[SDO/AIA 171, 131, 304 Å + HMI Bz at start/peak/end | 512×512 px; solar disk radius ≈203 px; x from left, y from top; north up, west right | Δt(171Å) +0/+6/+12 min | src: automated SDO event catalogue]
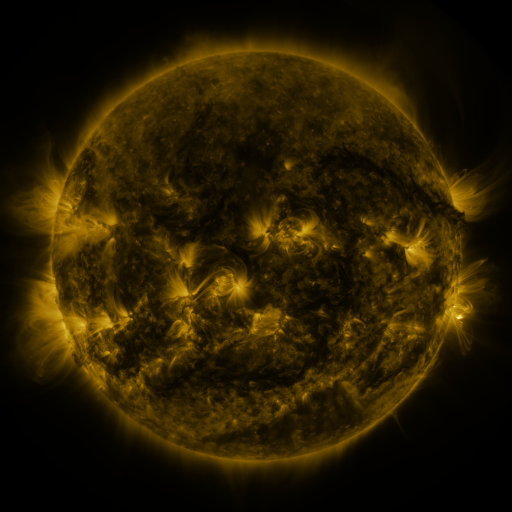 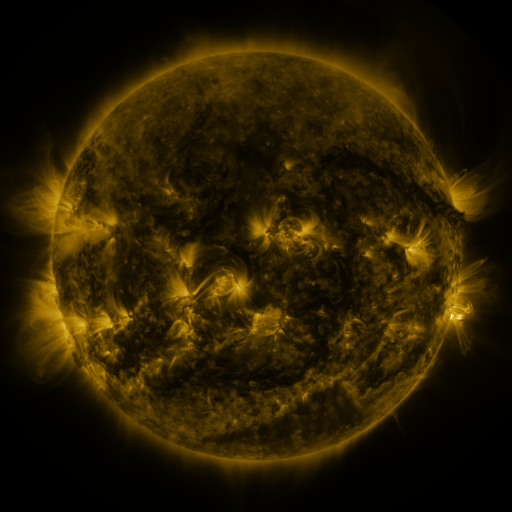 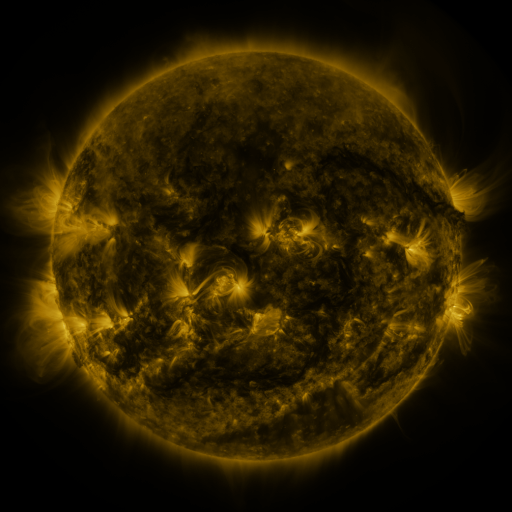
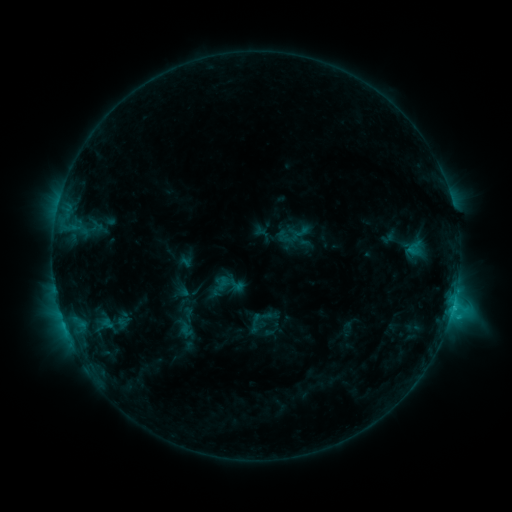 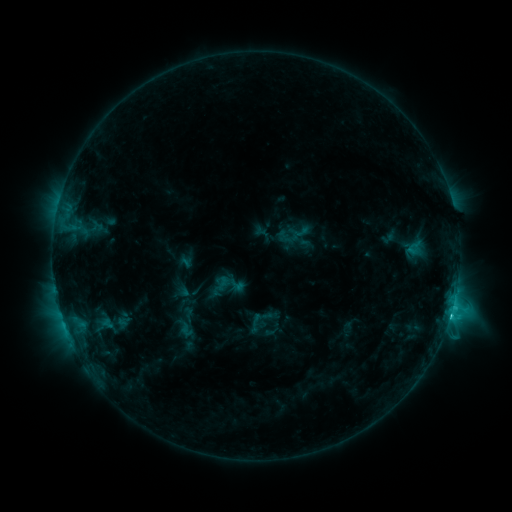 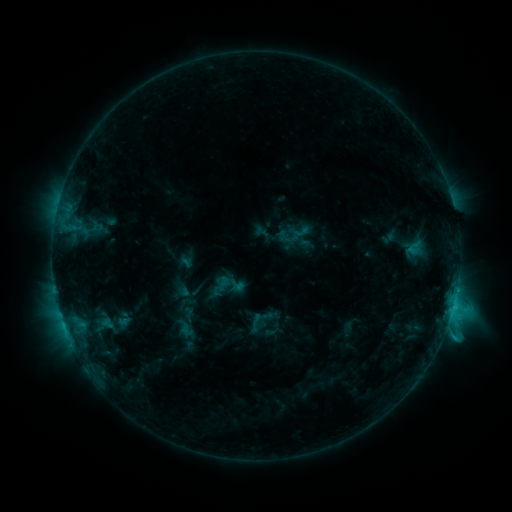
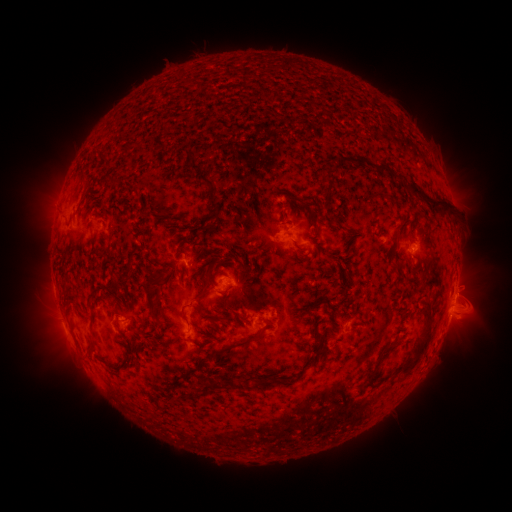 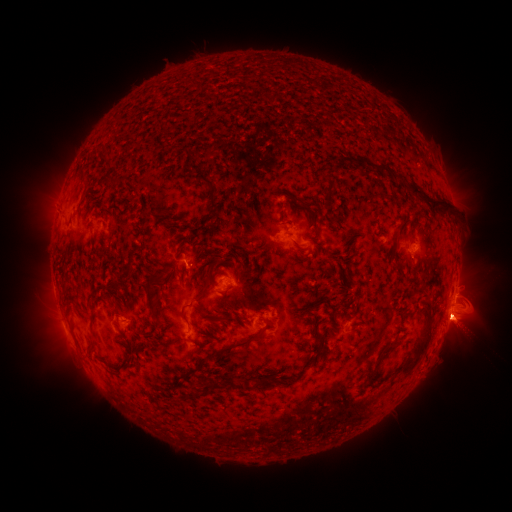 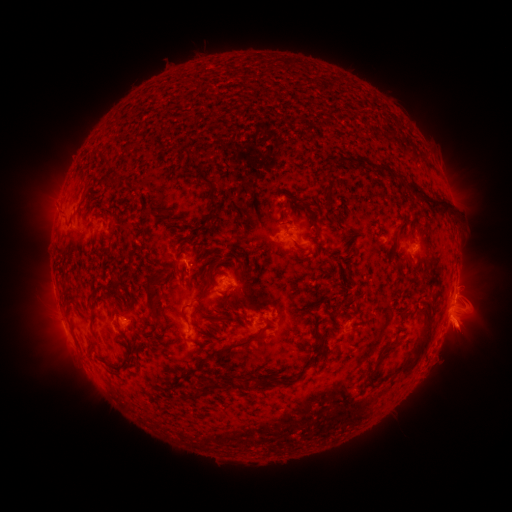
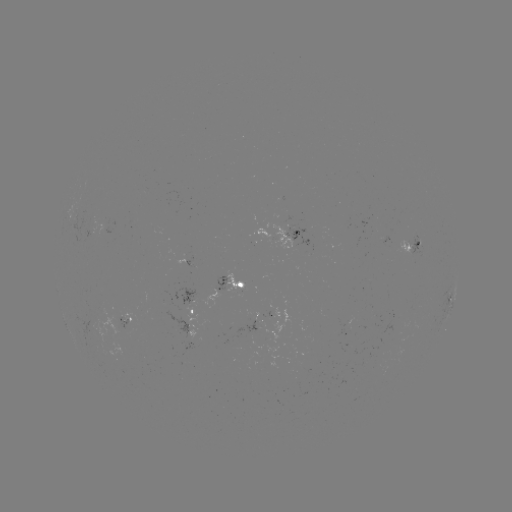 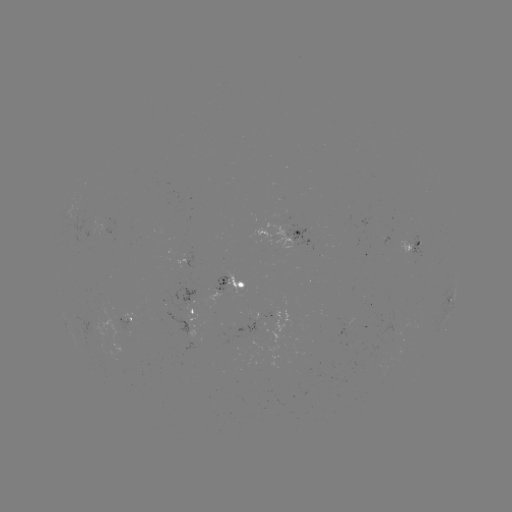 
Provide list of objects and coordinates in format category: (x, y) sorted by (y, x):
eruption: (459, 324)
